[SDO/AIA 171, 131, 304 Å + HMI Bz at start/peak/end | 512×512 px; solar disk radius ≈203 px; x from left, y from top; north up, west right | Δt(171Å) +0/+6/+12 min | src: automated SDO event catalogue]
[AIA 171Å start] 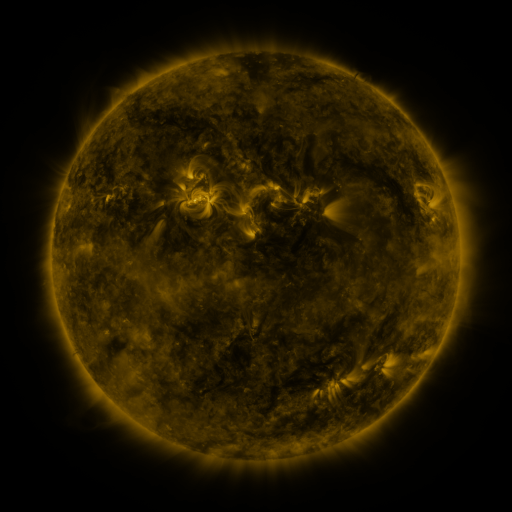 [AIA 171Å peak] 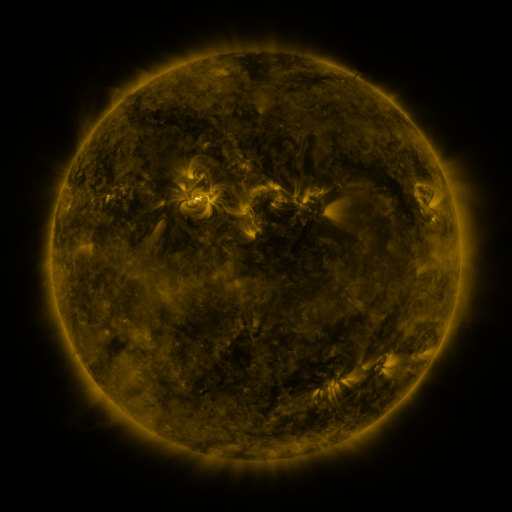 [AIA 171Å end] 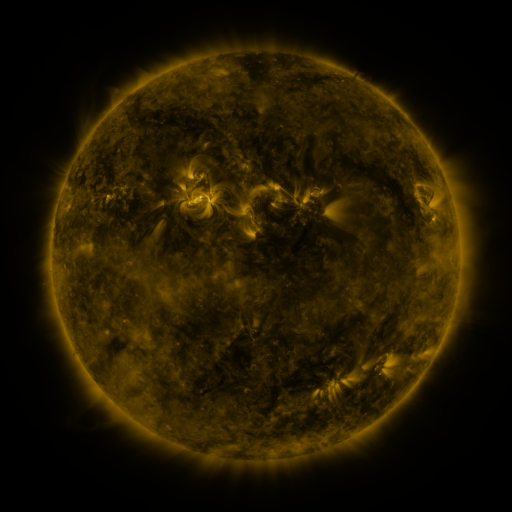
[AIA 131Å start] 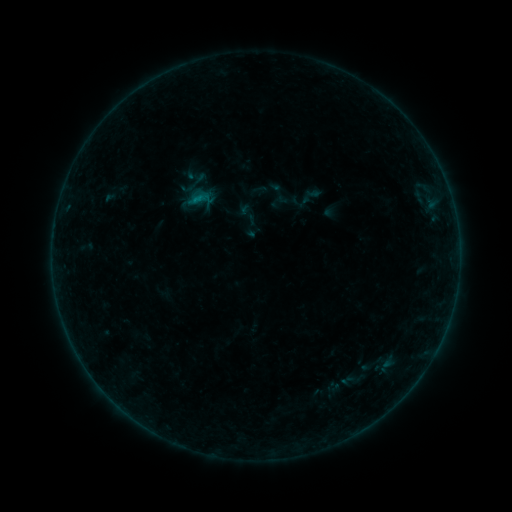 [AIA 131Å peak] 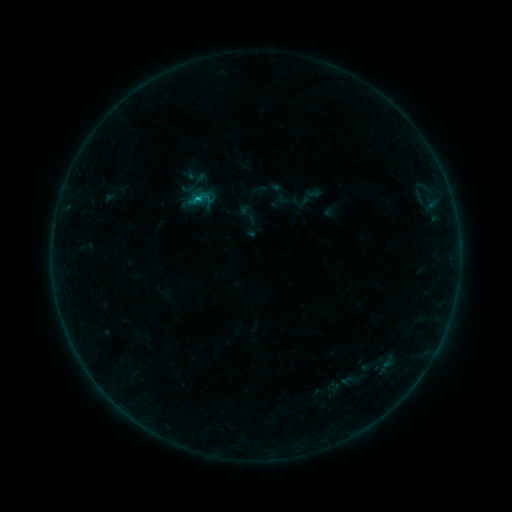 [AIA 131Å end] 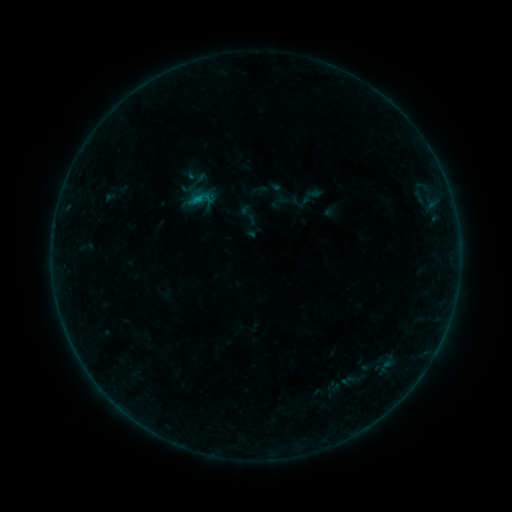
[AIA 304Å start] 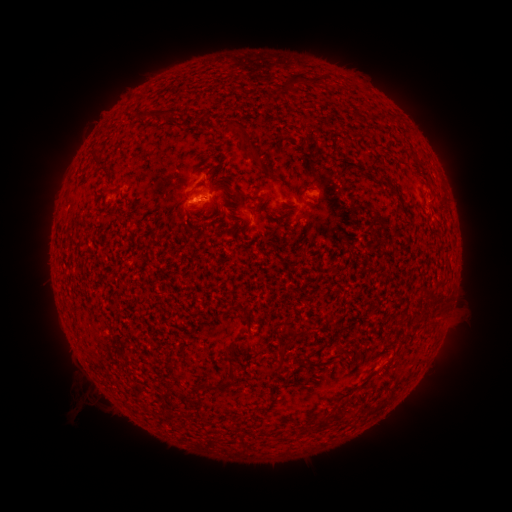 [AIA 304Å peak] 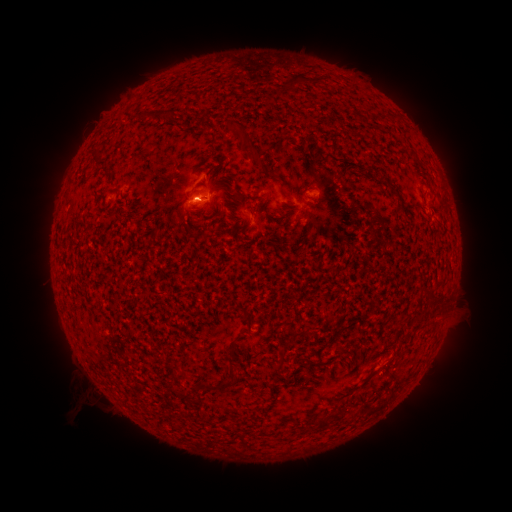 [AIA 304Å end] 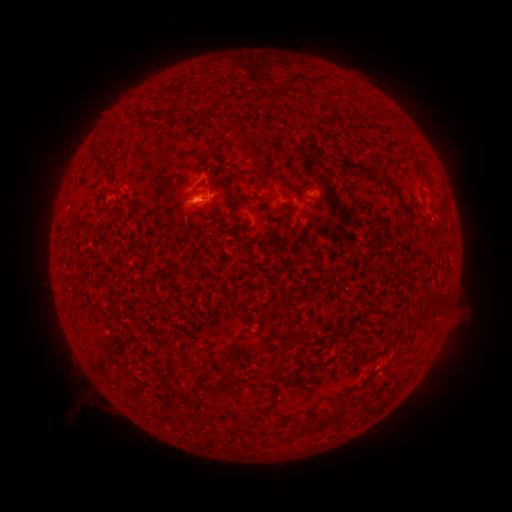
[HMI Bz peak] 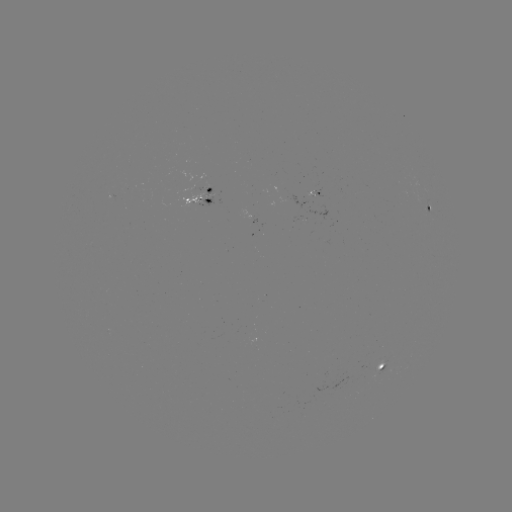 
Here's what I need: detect B3.8 flare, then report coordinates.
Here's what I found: B3.8 flare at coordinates [199, 202].